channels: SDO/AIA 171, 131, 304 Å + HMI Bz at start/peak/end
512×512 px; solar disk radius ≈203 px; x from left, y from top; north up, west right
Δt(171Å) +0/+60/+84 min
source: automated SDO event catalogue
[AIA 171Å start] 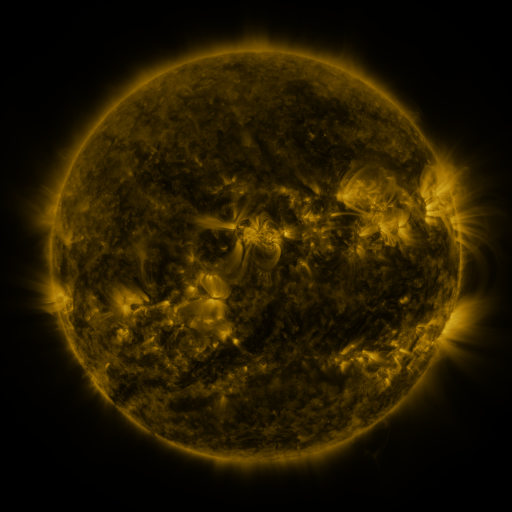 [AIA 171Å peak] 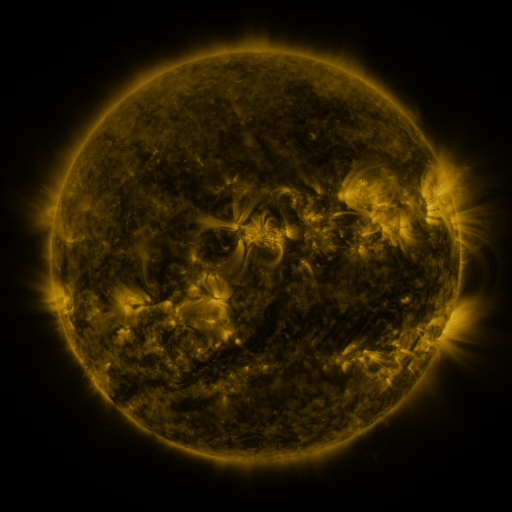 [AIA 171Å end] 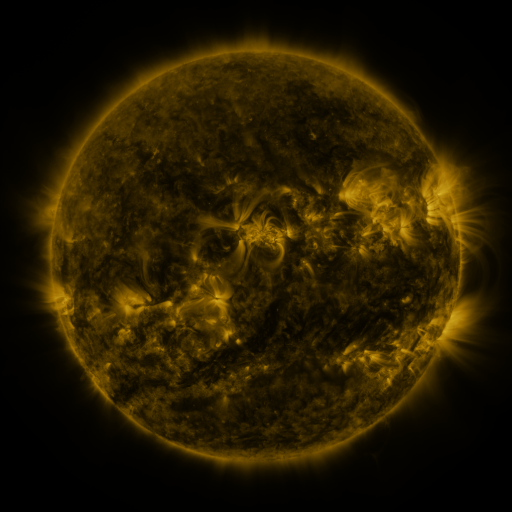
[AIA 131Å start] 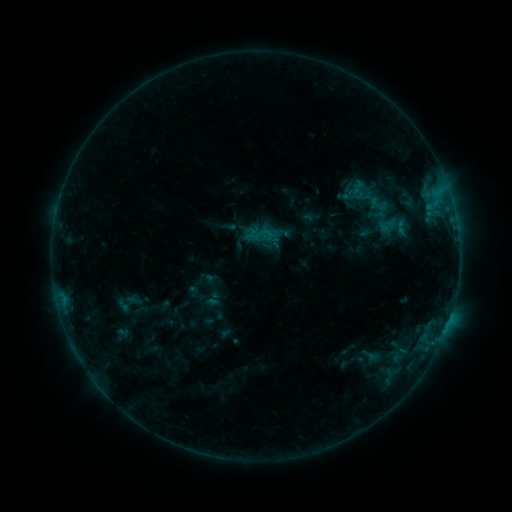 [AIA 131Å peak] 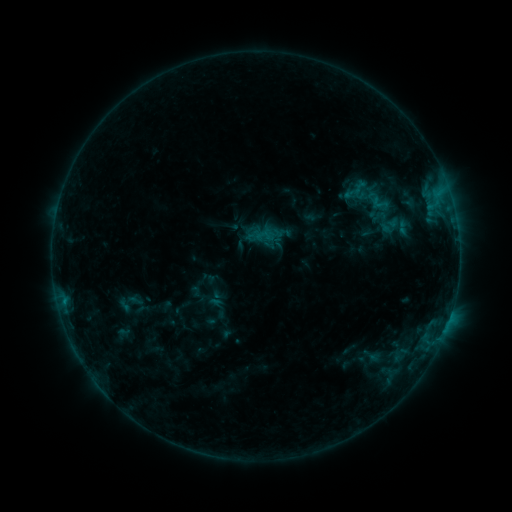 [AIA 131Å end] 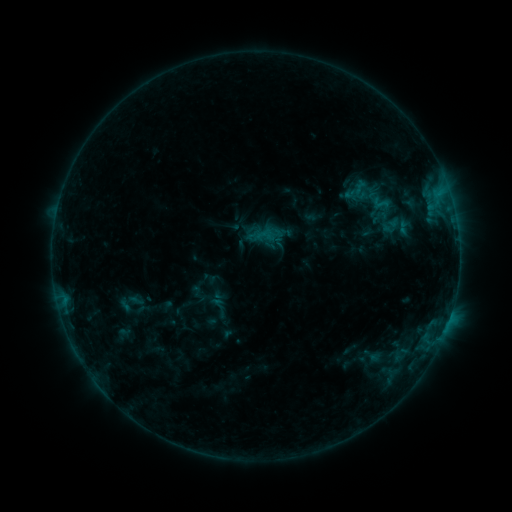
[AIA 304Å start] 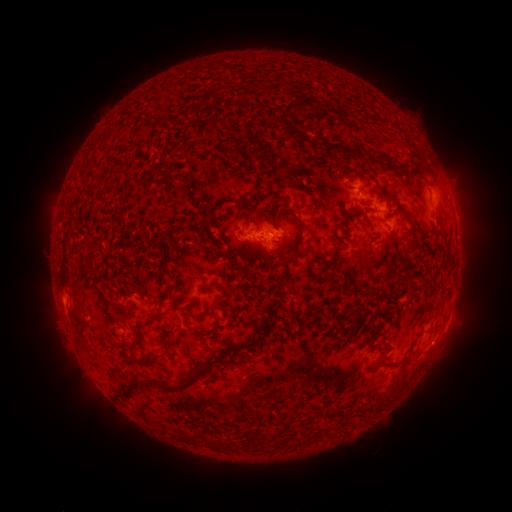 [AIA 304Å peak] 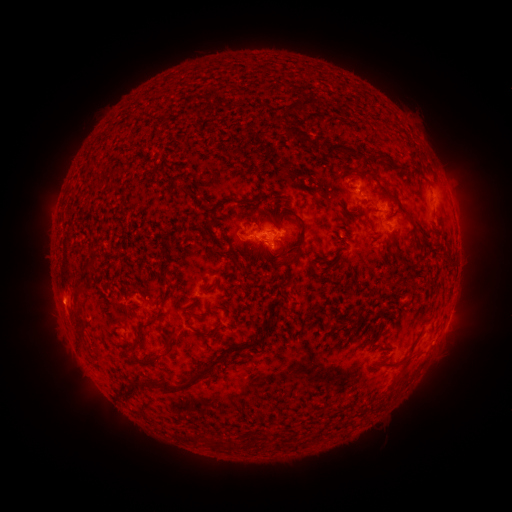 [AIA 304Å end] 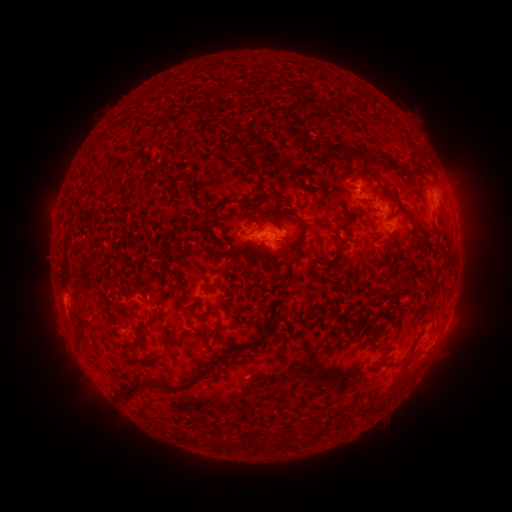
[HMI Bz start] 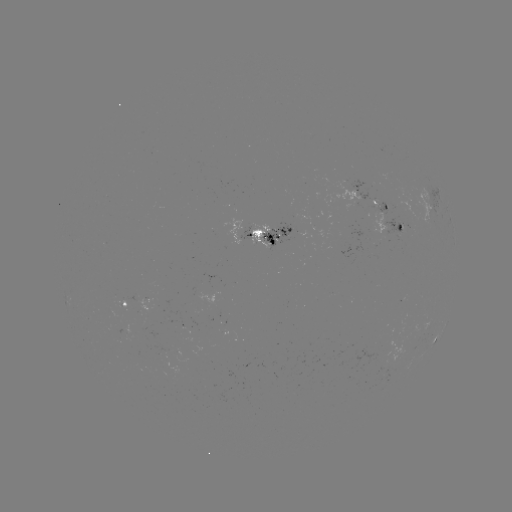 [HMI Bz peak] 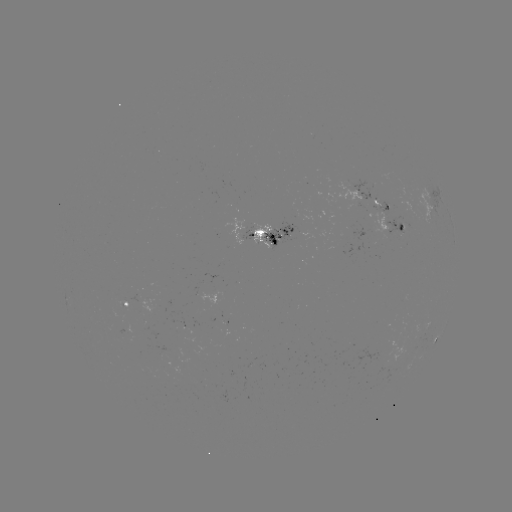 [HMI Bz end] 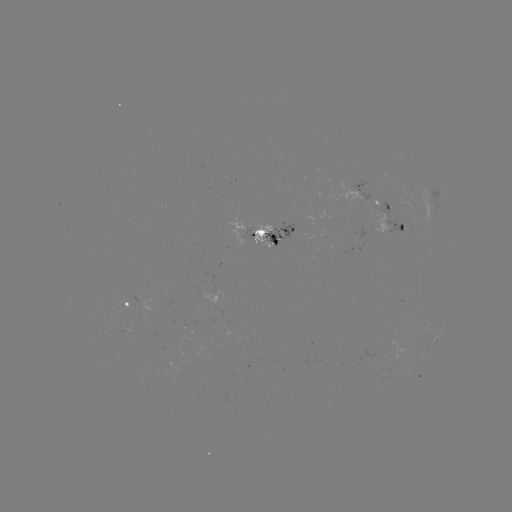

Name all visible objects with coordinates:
emerging-flux region: (182, 321)
